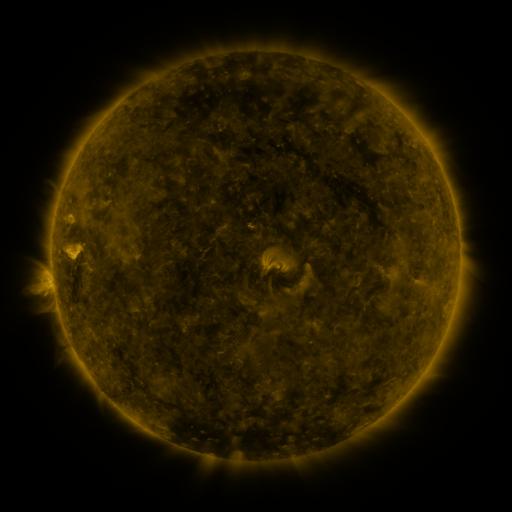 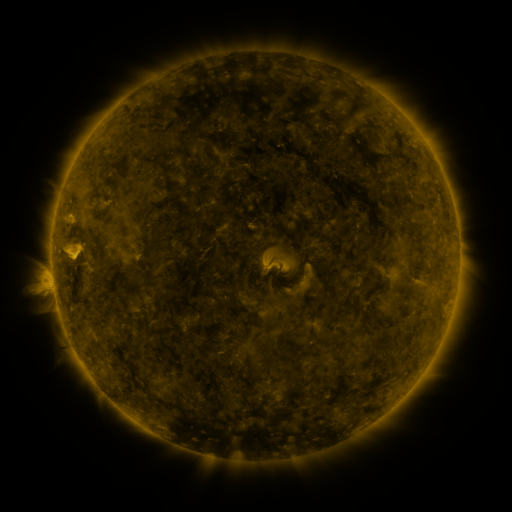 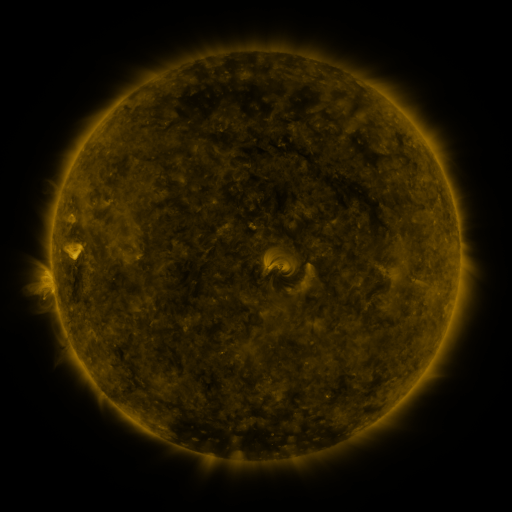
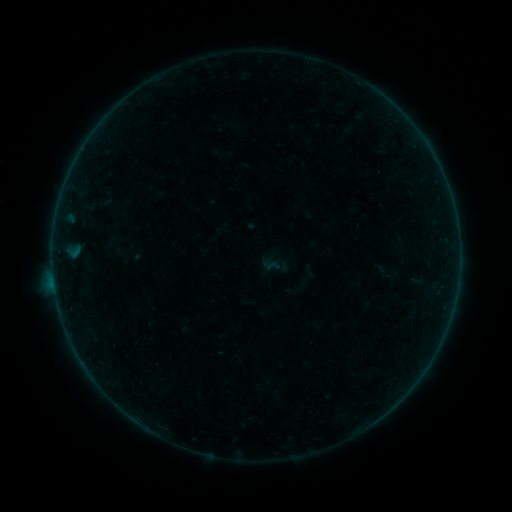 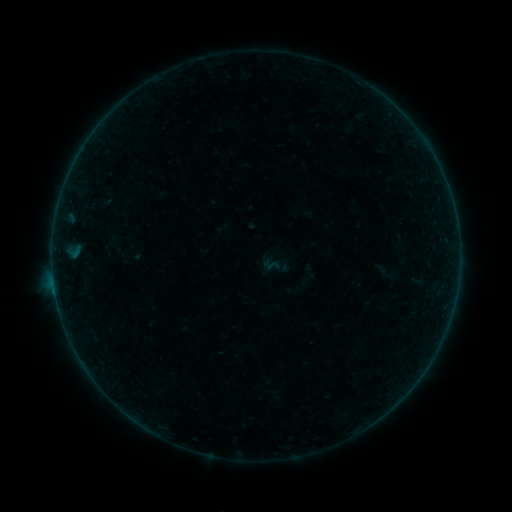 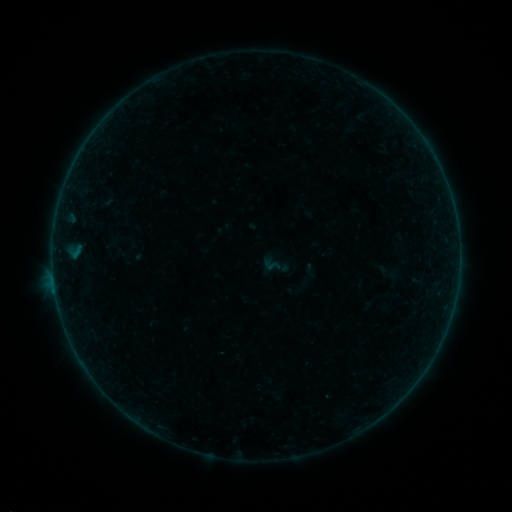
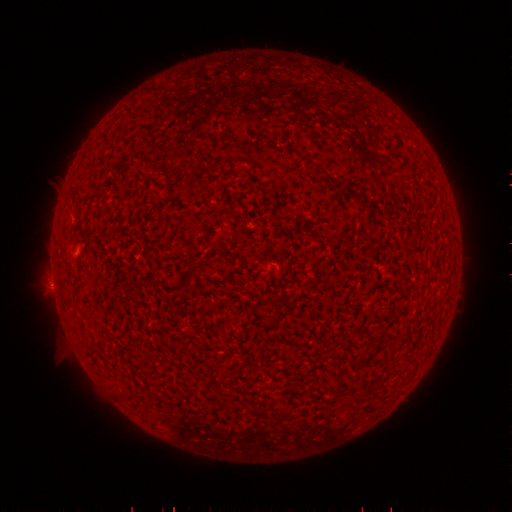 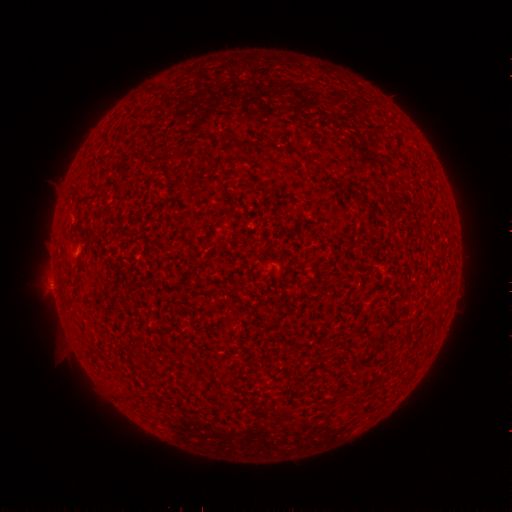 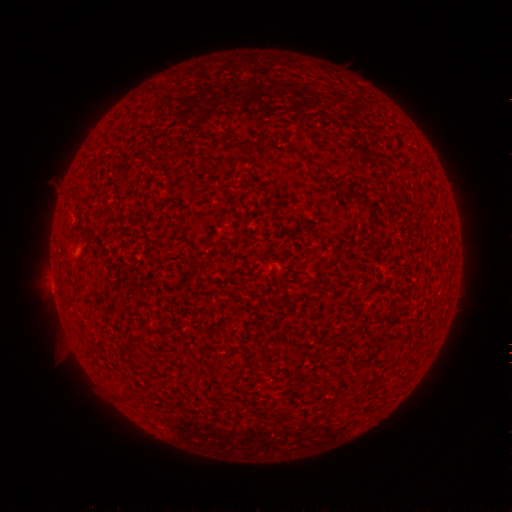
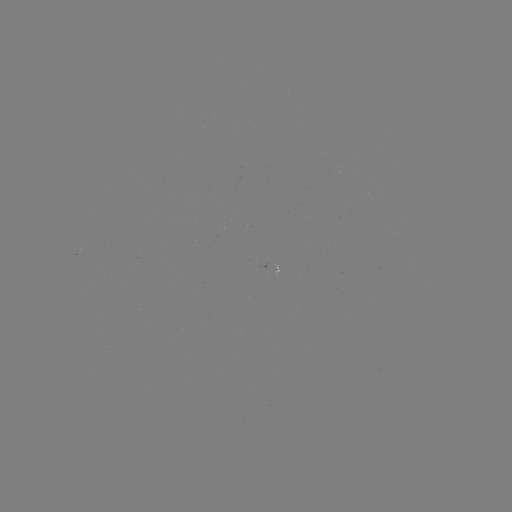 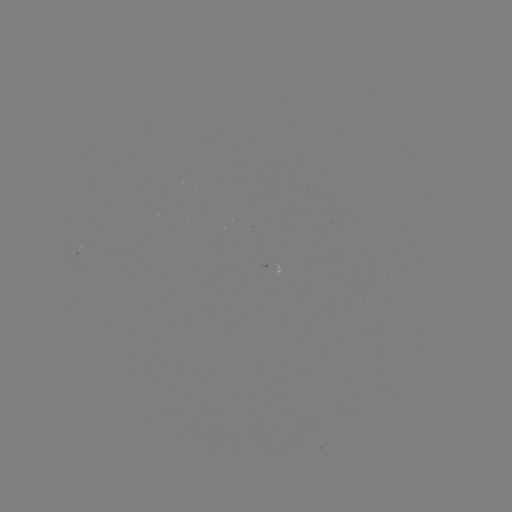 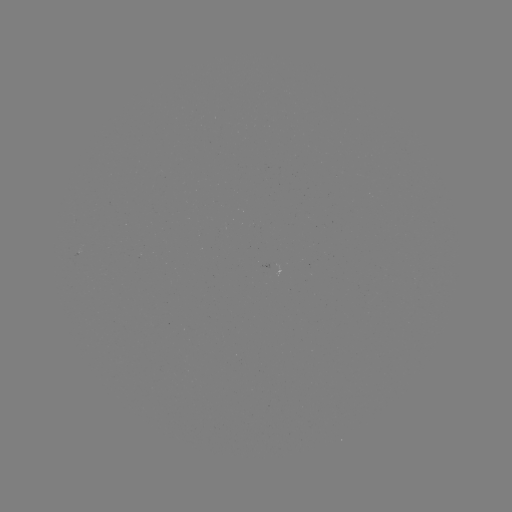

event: flare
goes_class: A9.9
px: (55, 290)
